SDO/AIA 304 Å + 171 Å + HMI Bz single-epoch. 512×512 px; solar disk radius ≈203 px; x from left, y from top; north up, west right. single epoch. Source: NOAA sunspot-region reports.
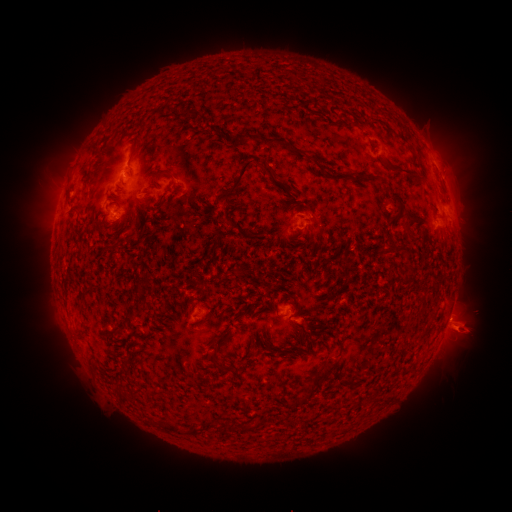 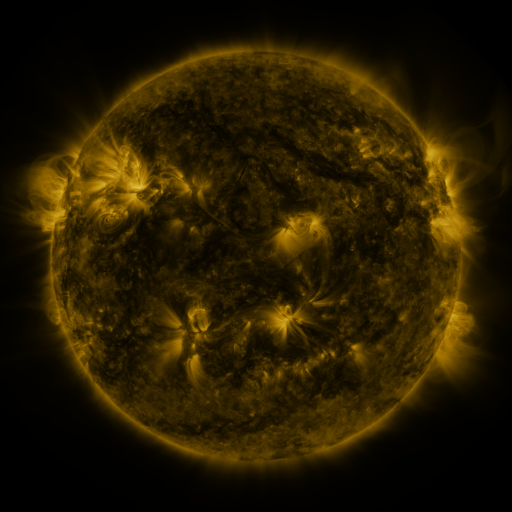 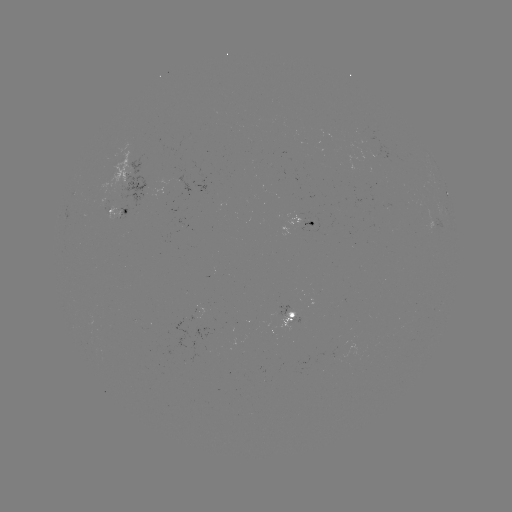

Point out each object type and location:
spotted active region: (135, 184)
spotted active region: (447, 192)
spotted active region: (119, 211)
spotted active region: (311, 224)
spotted active region: (293, 316)
